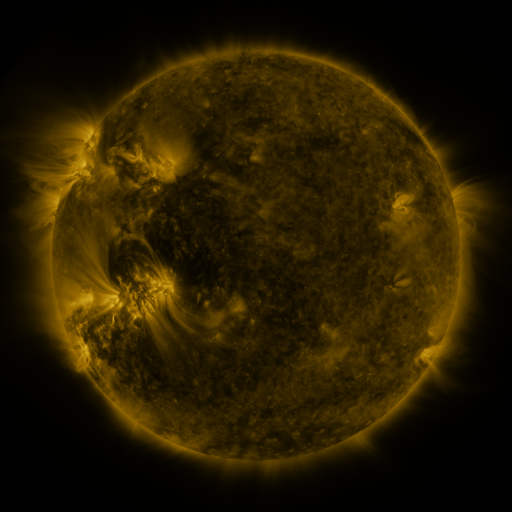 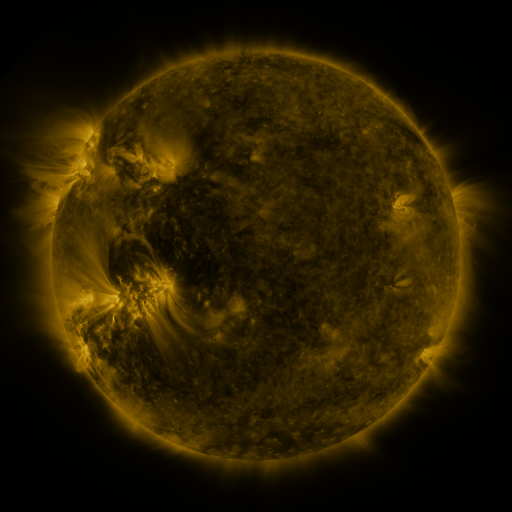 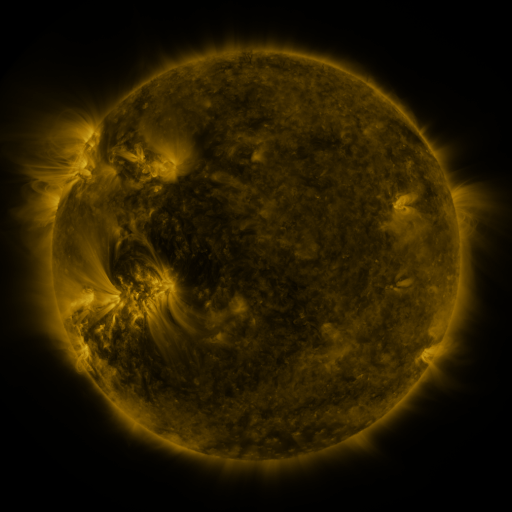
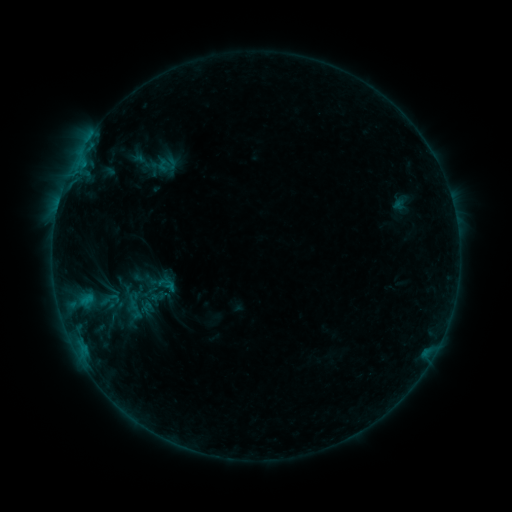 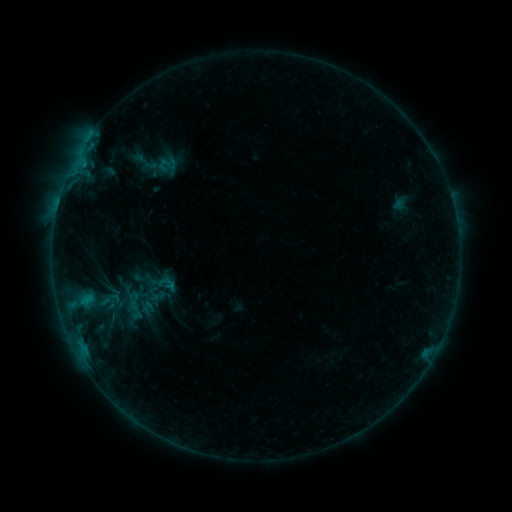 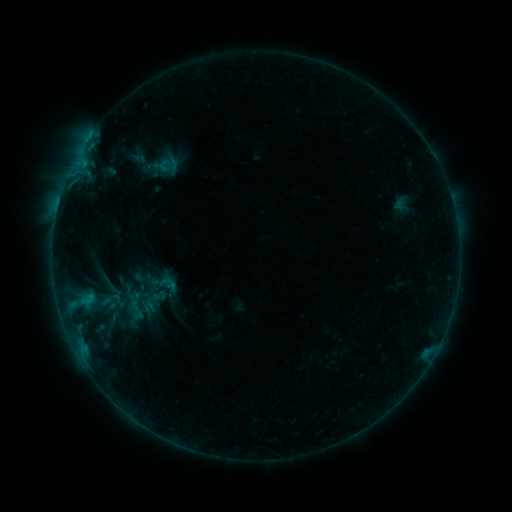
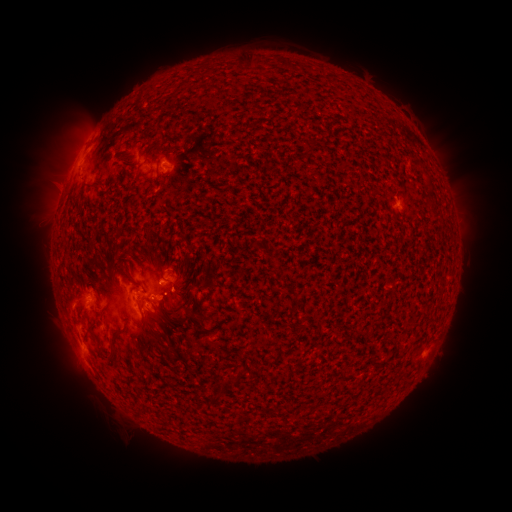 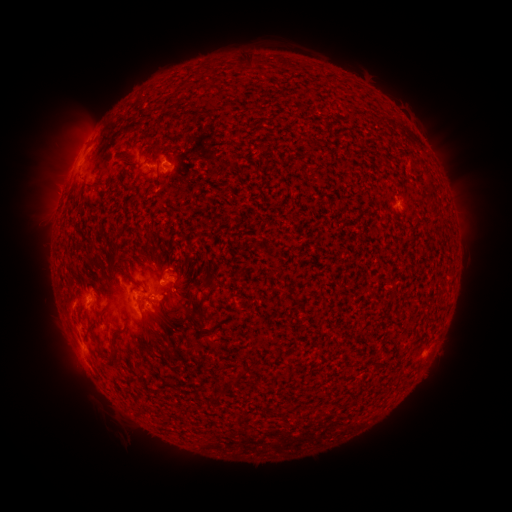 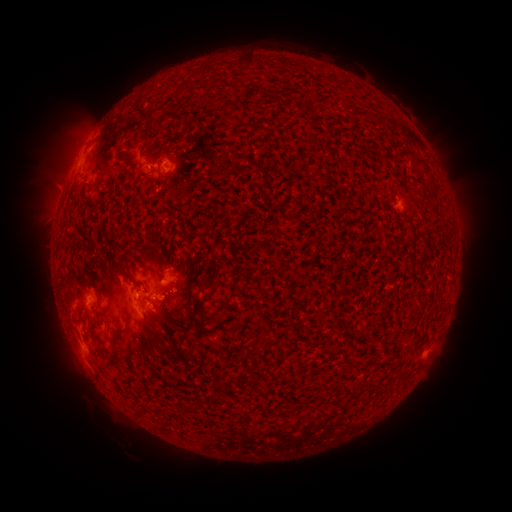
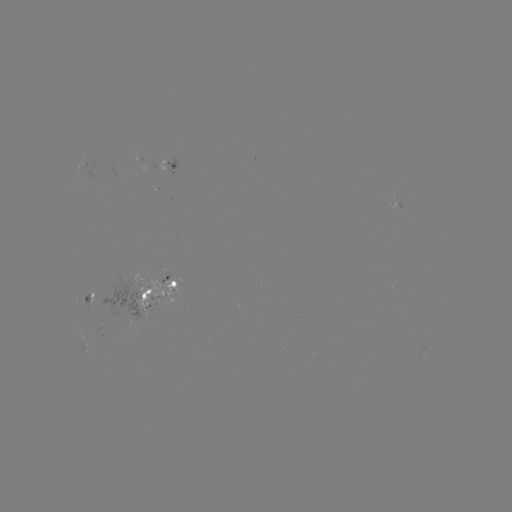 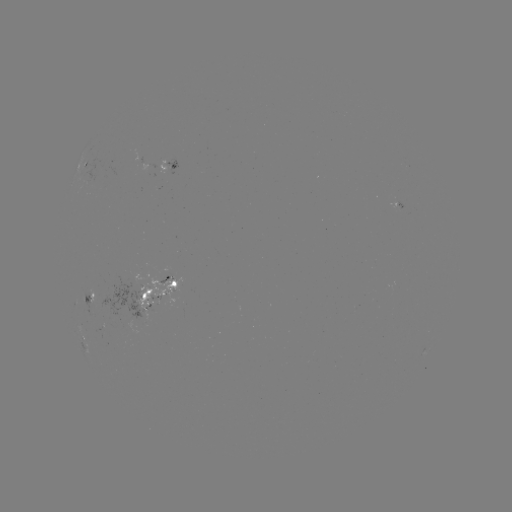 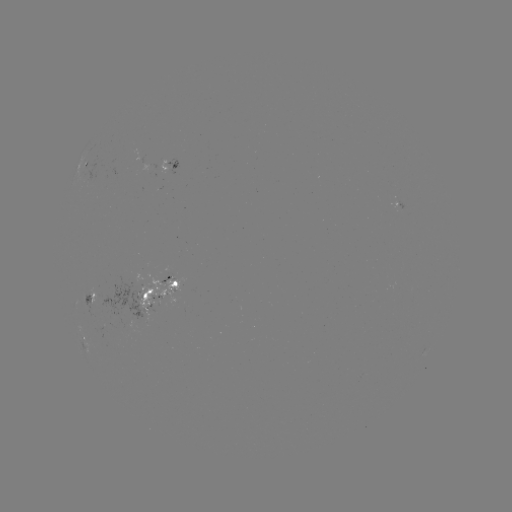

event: emerging-flux region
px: (165, 283)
